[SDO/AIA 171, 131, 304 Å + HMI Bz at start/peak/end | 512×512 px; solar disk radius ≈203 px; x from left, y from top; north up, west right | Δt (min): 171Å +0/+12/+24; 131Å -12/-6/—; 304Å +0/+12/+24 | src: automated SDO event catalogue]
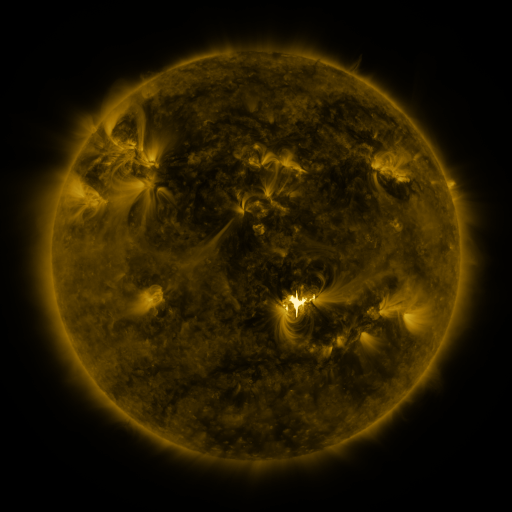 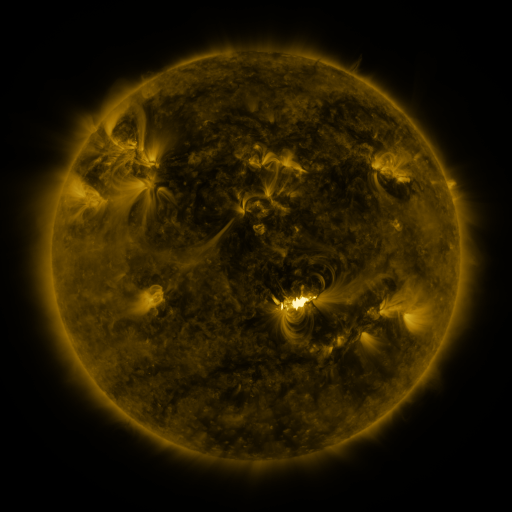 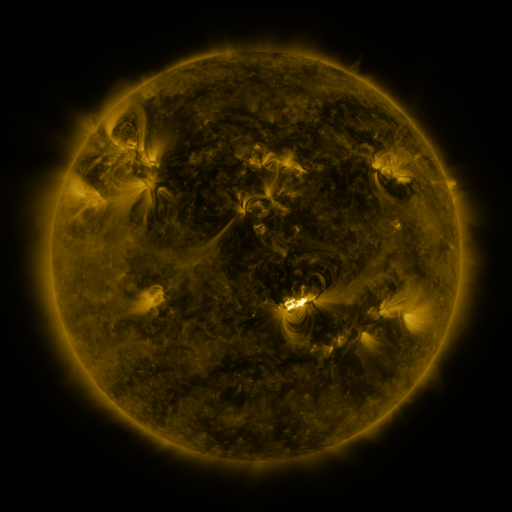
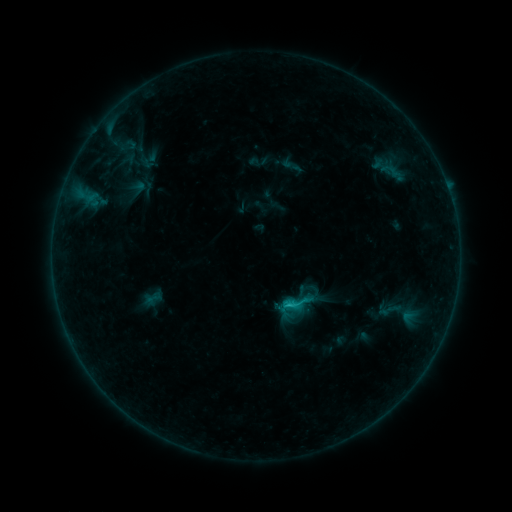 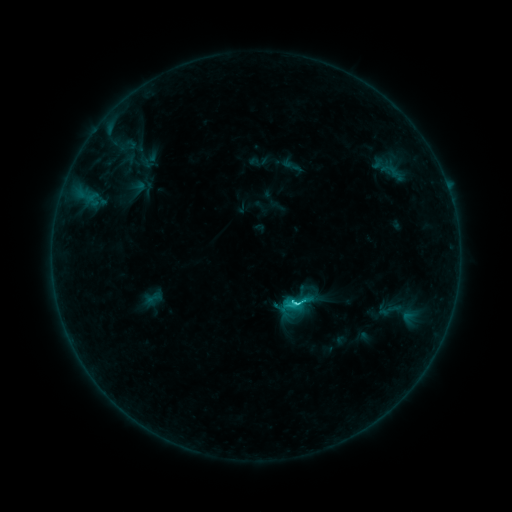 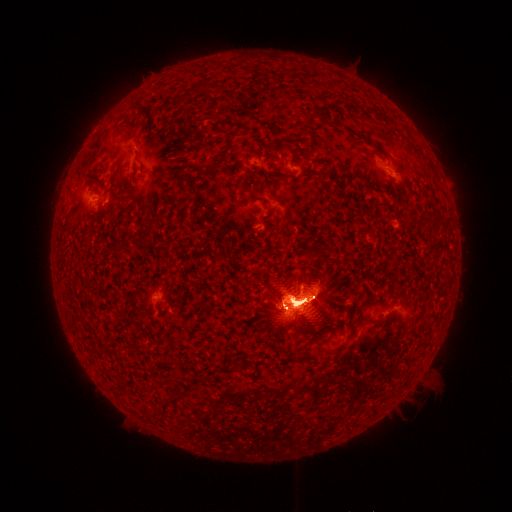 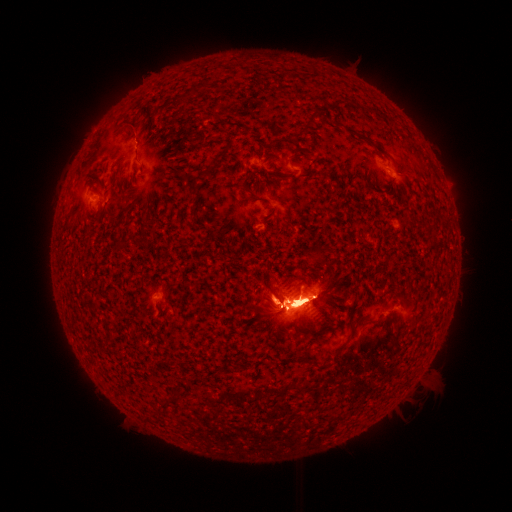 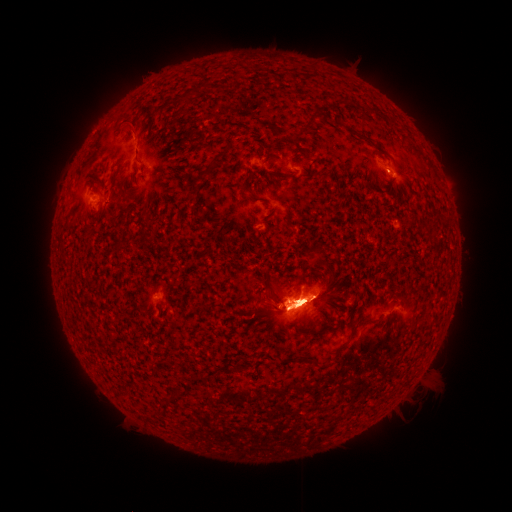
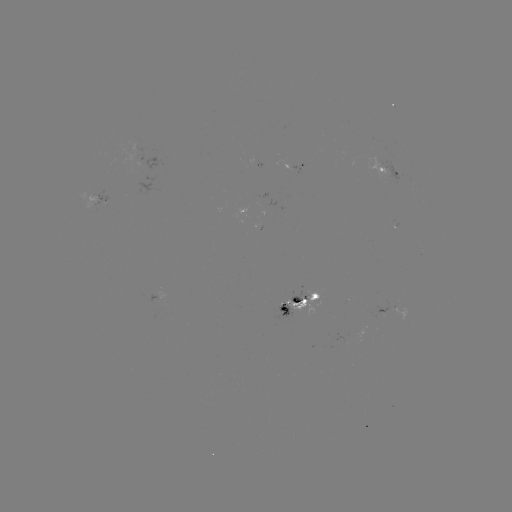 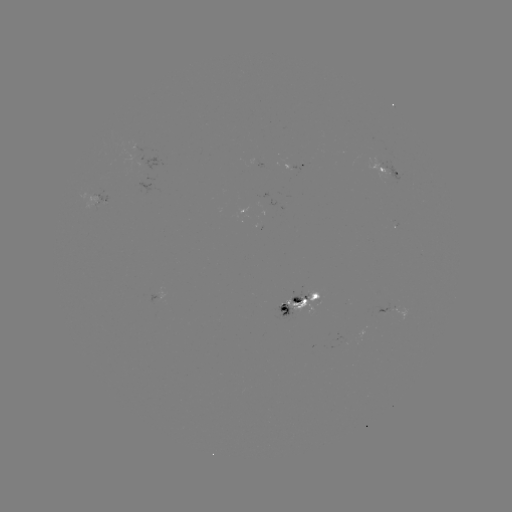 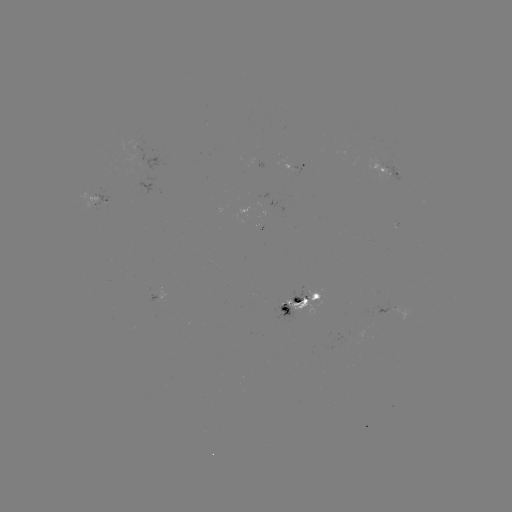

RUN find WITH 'eruption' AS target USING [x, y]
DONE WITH [297, 211] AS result